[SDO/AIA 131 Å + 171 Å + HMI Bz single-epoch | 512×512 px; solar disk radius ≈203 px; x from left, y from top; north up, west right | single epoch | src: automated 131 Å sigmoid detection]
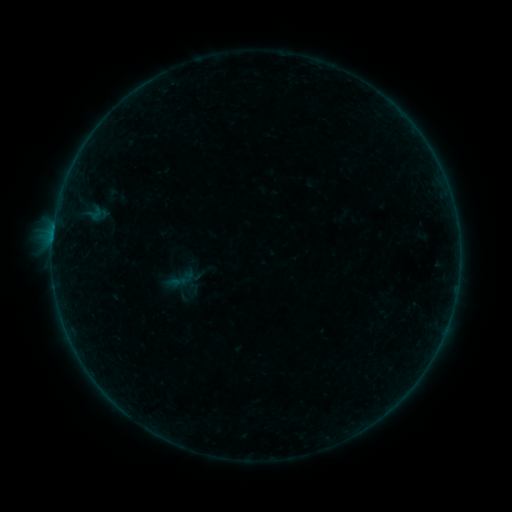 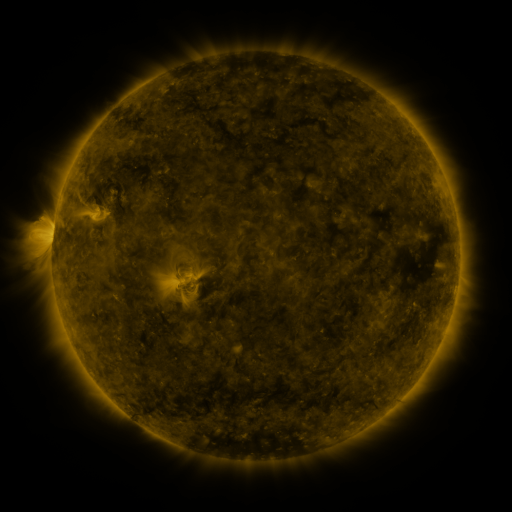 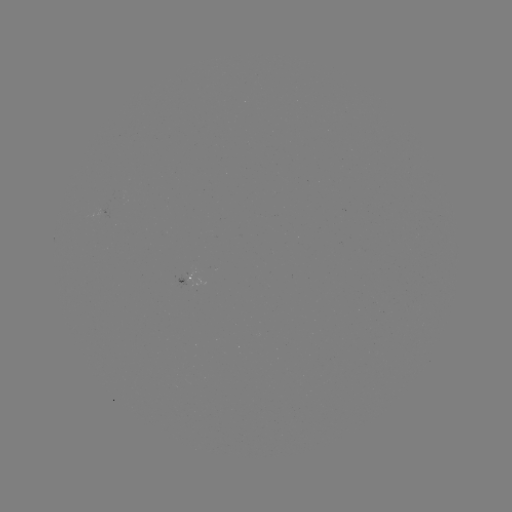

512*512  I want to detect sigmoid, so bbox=[162, 264, 198, 296].